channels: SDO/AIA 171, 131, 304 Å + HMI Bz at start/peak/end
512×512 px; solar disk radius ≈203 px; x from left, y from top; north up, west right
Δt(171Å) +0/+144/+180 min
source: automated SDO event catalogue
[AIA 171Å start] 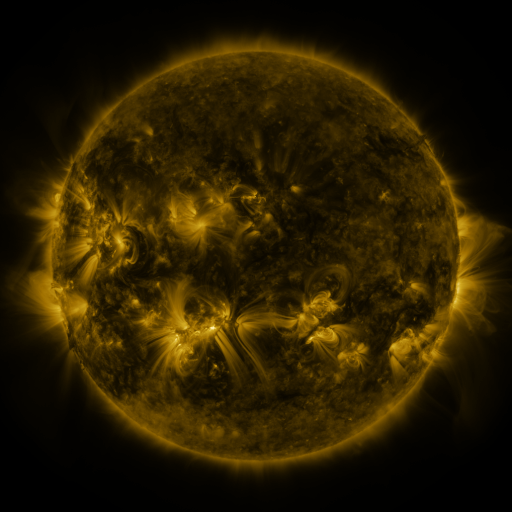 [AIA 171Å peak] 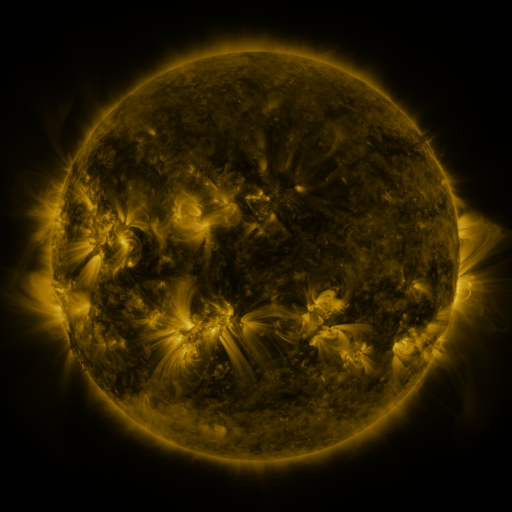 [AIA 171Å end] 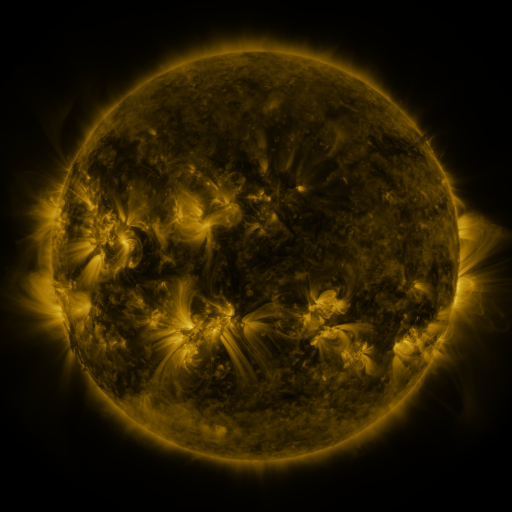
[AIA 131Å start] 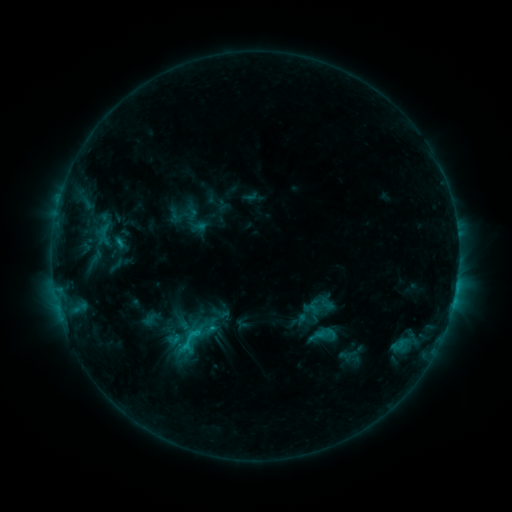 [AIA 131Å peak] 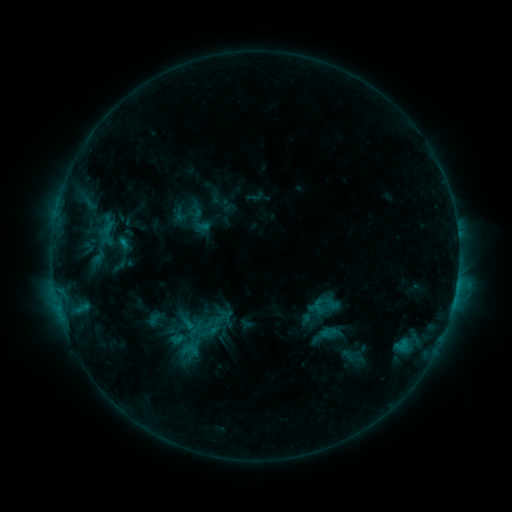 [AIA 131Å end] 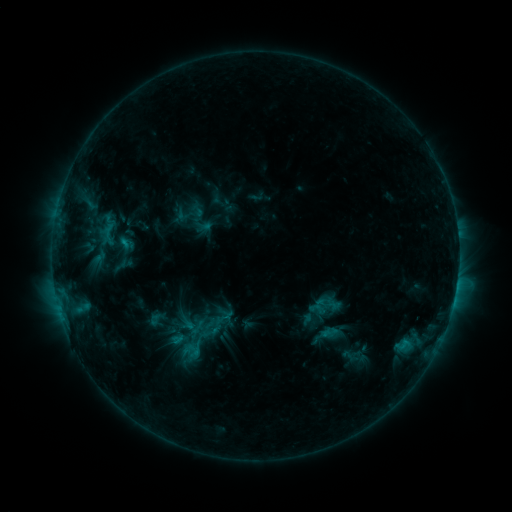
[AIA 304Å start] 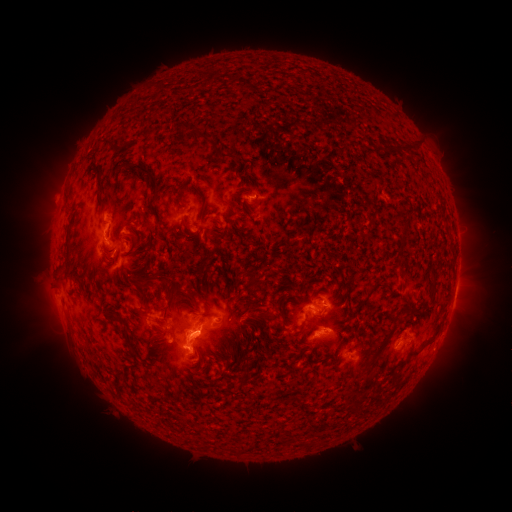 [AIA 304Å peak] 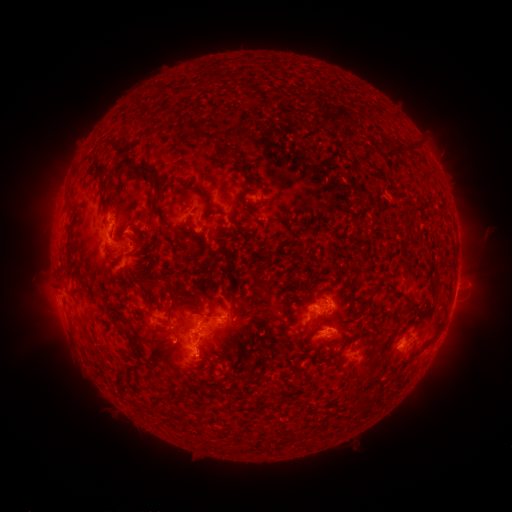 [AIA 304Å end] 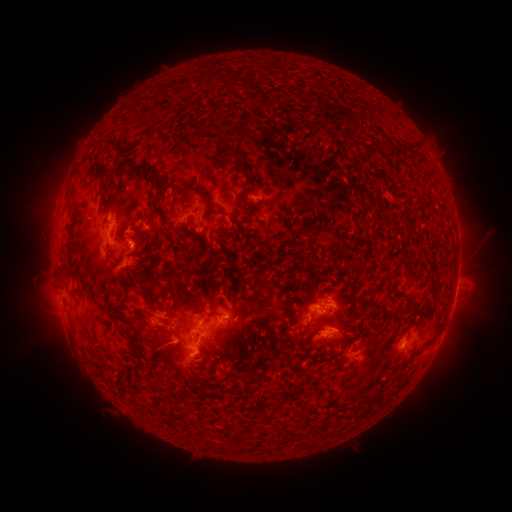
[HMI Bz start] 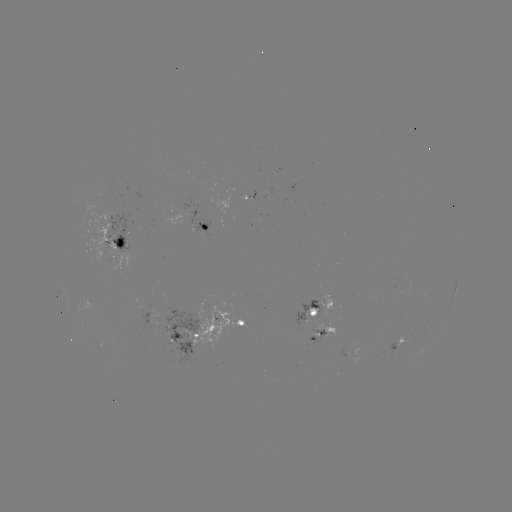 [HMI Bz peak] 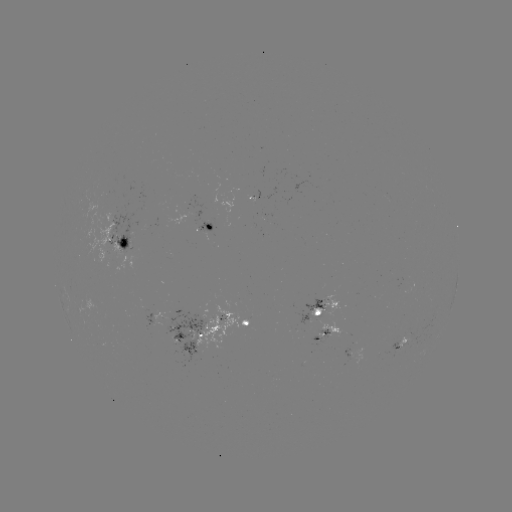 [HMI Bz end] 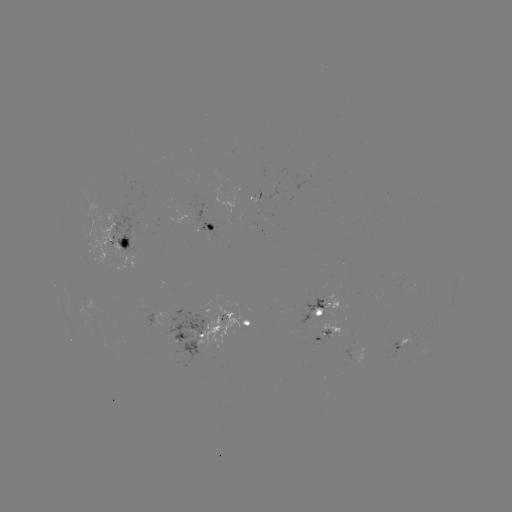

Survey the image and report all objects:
emerging-flux region: (313, 315)
